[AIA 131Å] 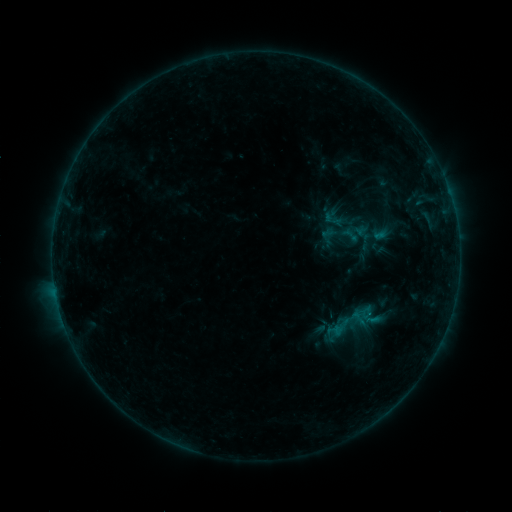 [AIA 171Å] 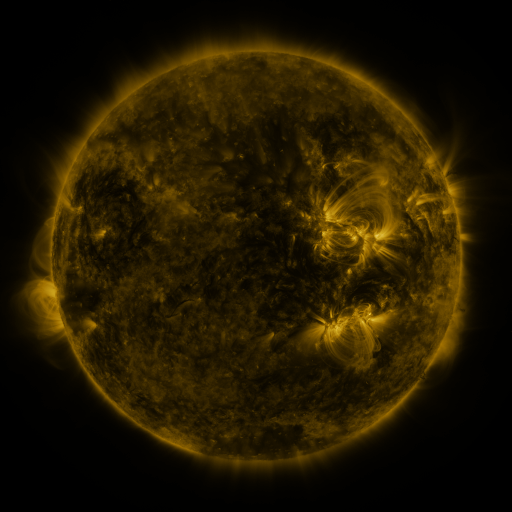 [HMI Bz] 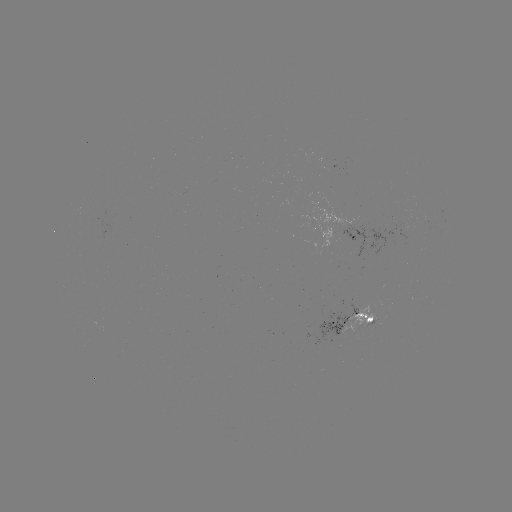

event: sigmoid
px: (358, 318)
